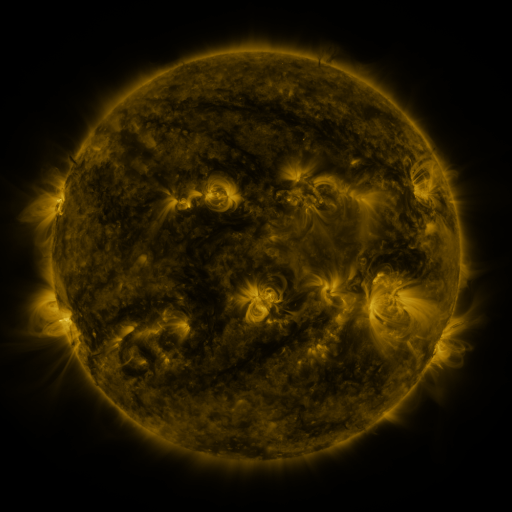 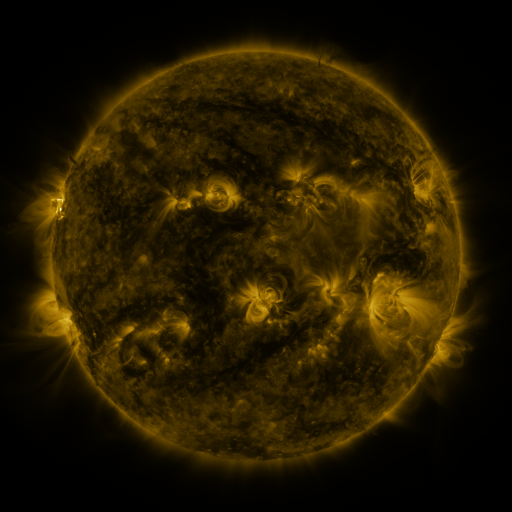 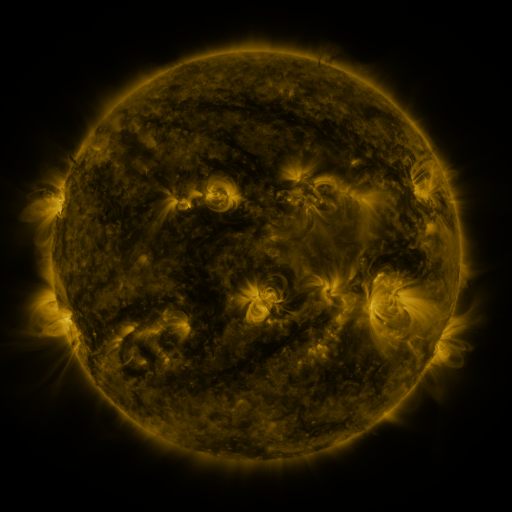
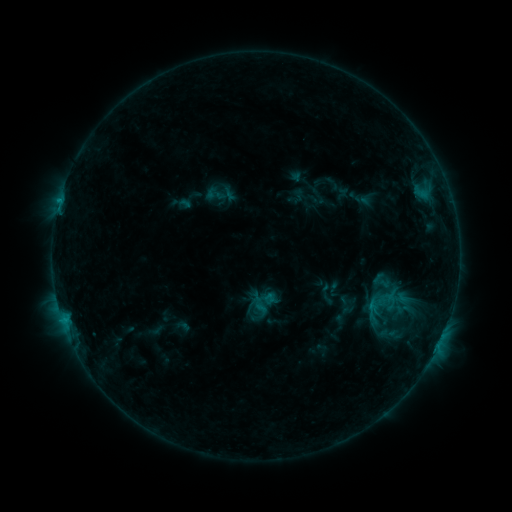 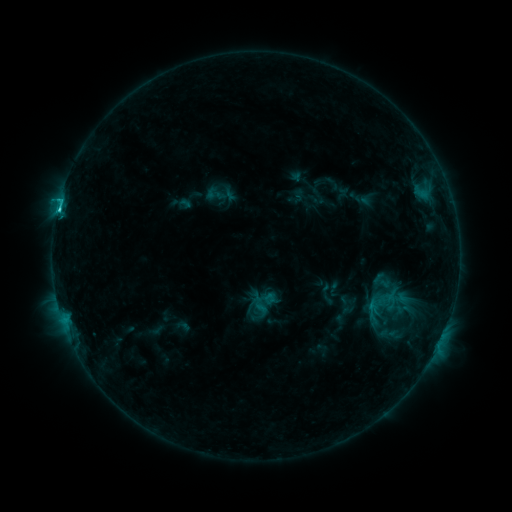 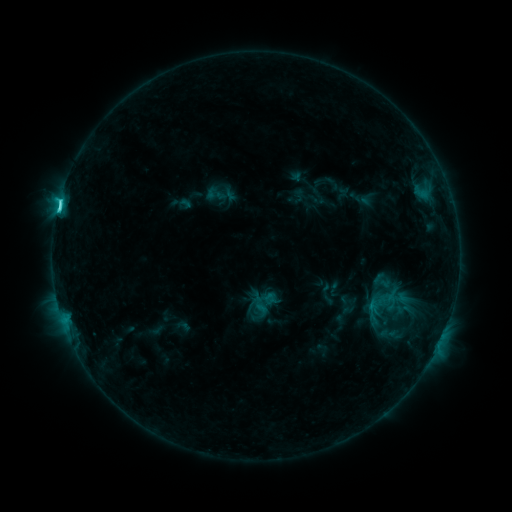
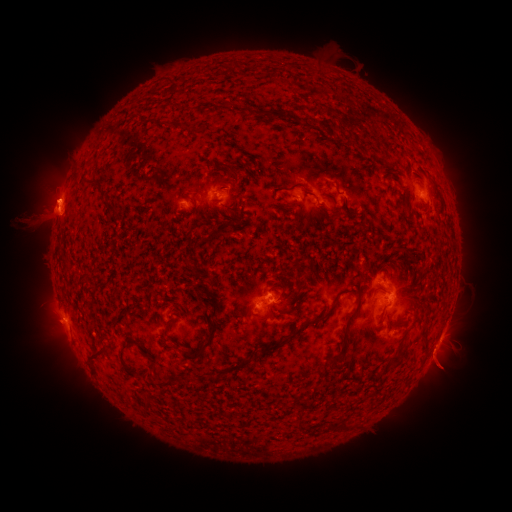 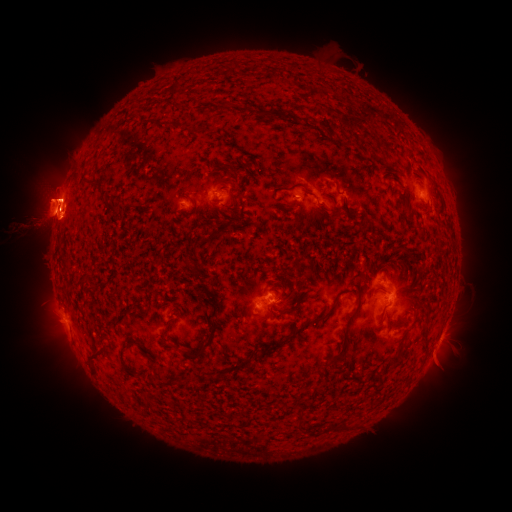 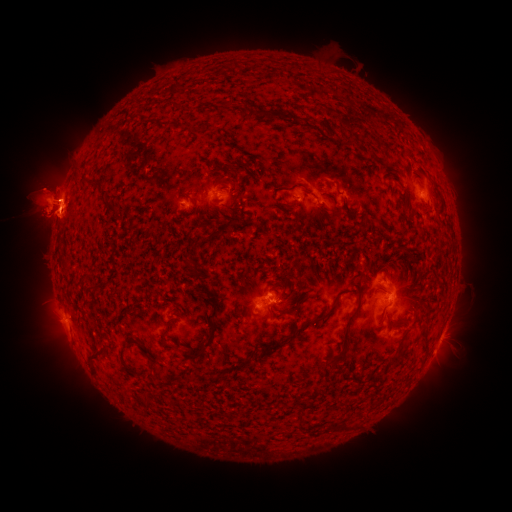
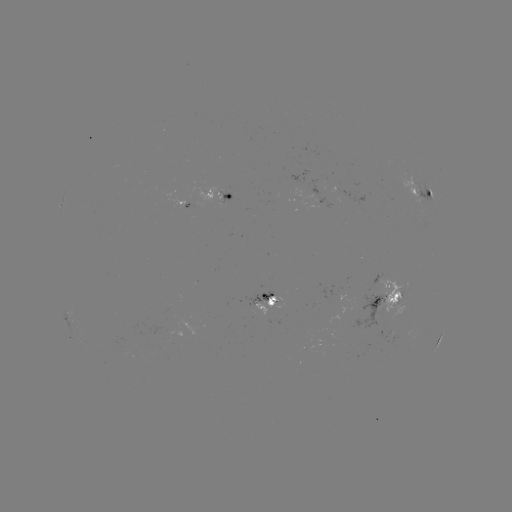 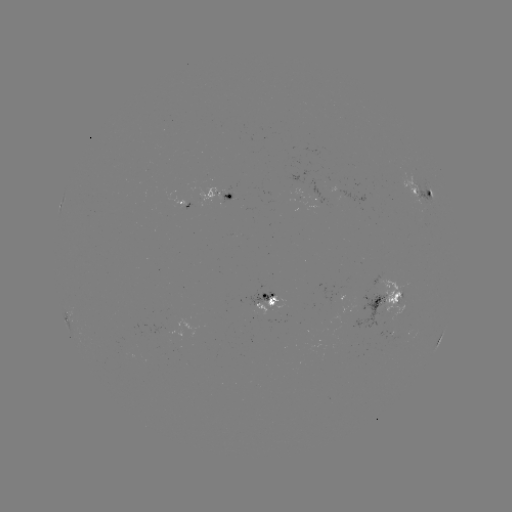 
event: flare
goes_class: C3.7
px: (58, 211)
